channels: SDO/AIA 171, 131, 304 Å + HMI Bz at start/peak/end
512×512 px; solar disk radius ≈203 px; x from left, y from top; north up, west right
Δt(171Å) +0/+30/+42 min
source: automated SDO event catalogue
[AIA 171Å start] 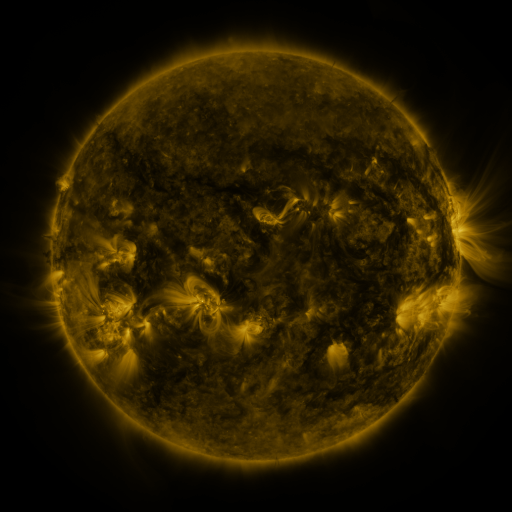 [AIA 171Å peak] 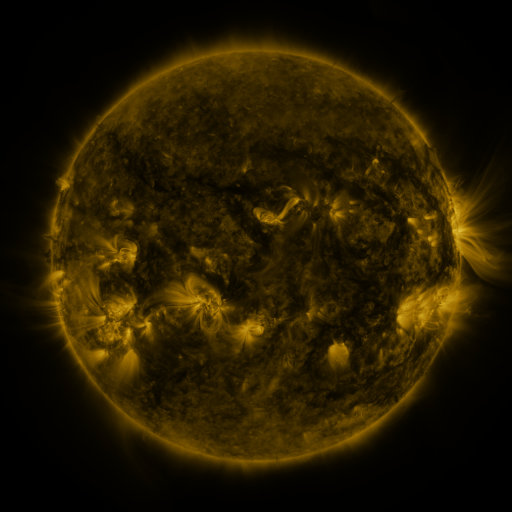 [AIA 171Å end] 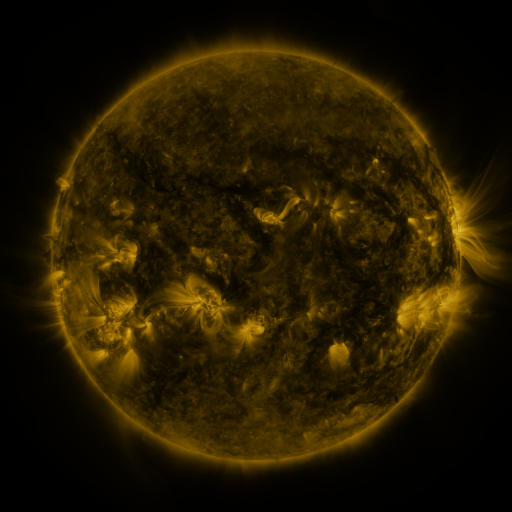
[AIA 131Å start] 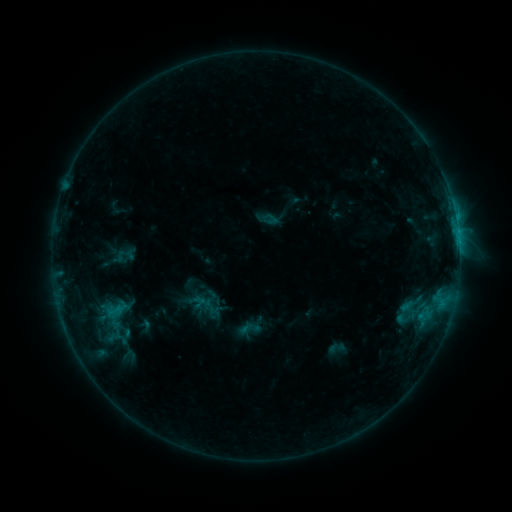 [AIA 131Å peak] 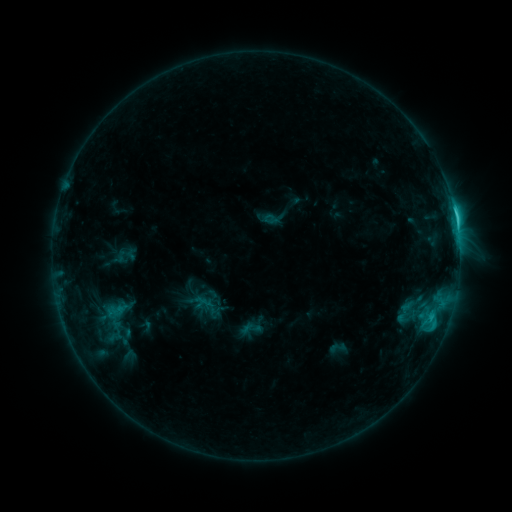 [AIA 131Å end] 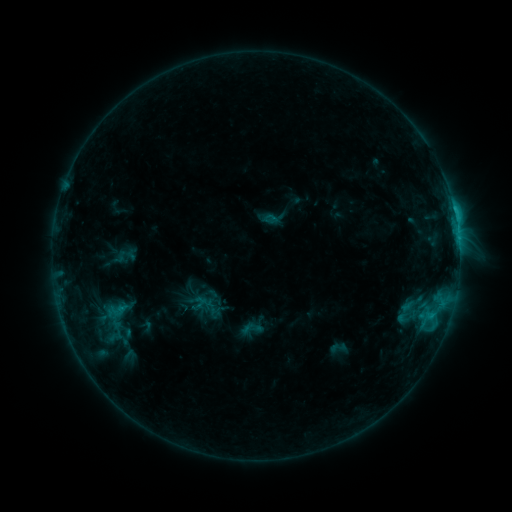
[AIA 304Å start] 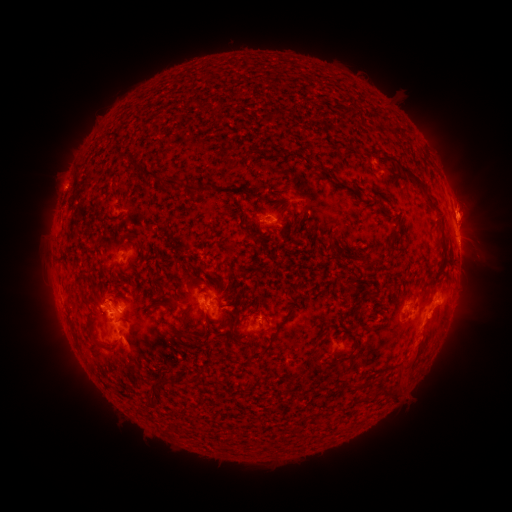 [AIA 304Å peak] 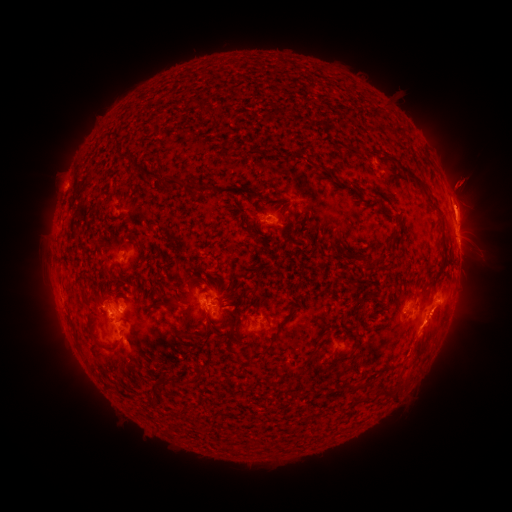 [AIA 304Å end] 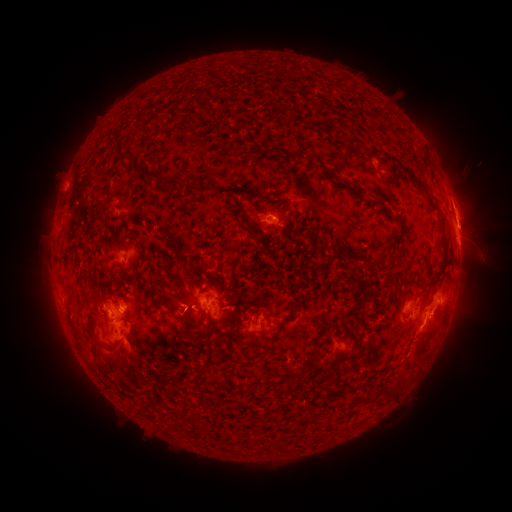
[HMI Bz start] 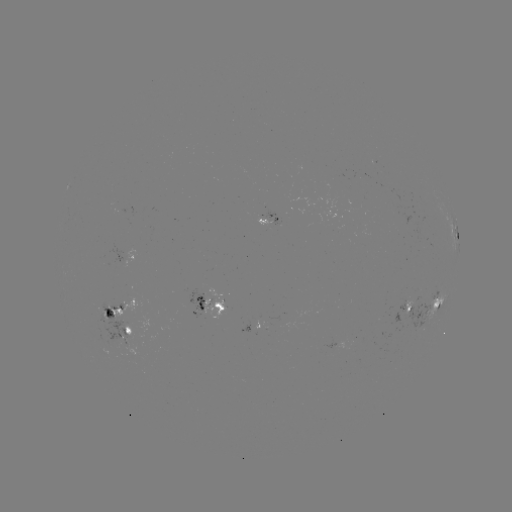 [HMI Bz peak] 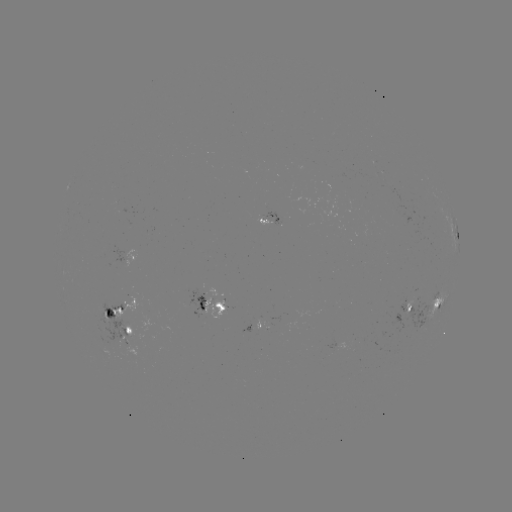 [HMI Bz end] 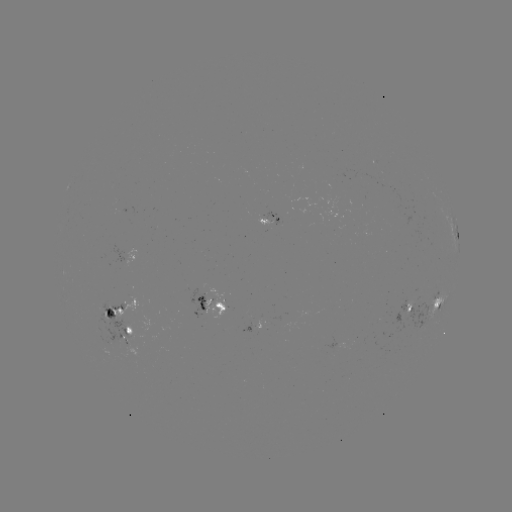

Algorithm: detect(C3.5 flare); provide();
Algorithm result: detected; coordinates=(454, 214)